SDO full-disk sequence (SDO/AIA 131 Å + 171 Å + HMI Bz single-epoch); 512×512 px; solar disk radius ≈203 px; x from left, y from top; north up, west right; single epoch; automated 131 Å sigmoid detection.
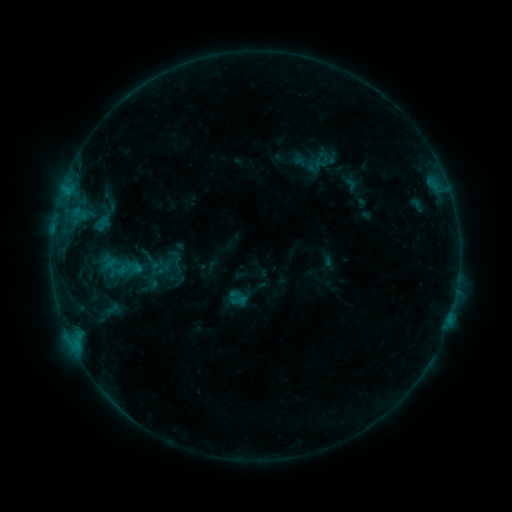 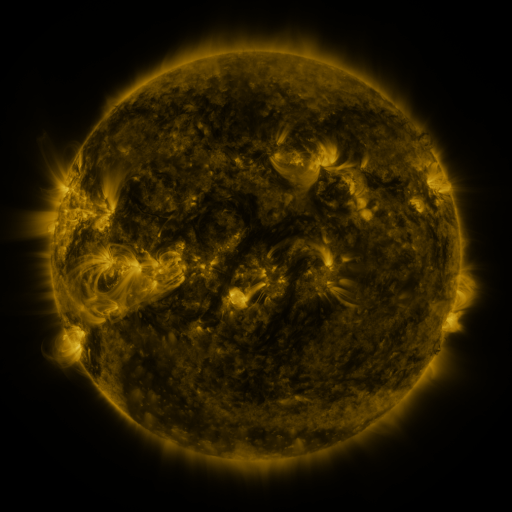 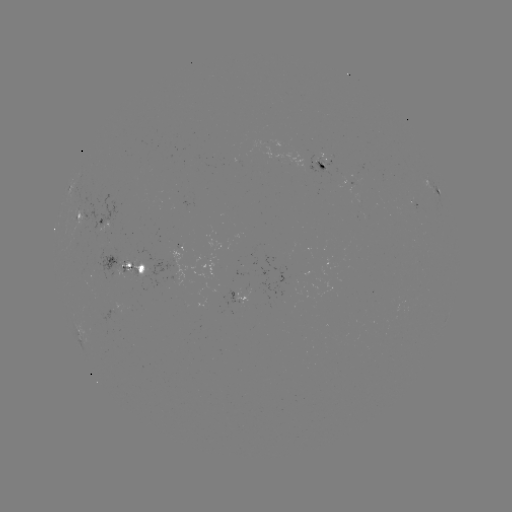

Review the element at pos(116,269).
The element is sigmoid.